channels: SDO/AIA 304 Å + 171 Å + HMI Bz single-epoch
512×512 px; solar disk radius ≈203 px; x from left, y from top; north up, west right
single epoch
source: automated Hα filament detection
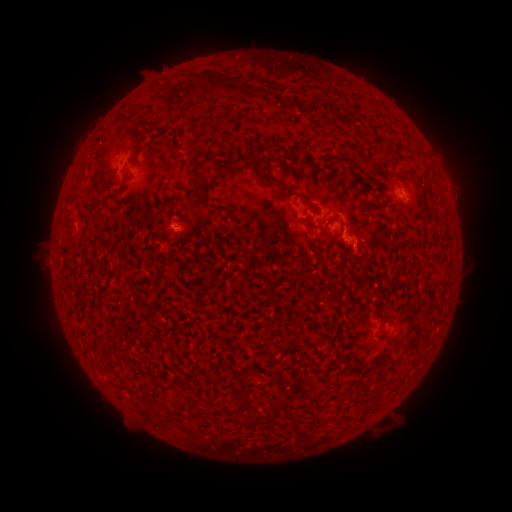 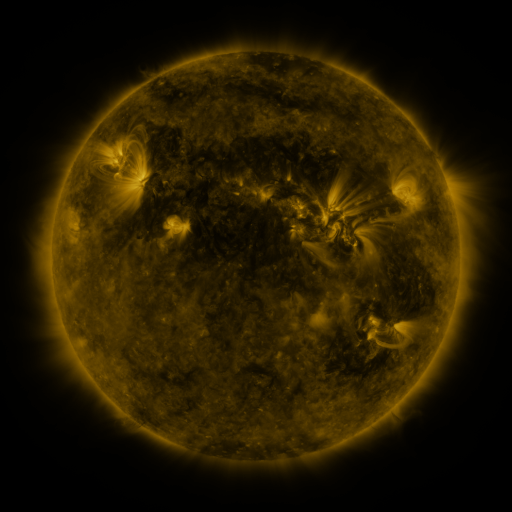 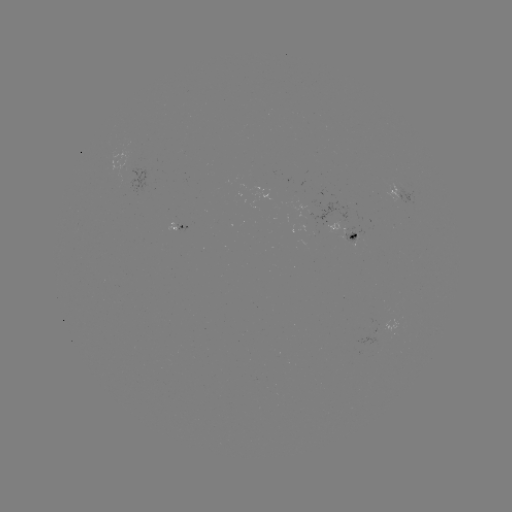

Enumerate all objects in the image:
filament: <bbox>206, 71, 229, 95</bbox>
filament: <bbox>173, 82, 203, 95</bbox>
filament: <bbox>192, 142, 204, 154</bbox>
filament: <bbox>246, 143, 260, 170</bbox>
filament: <bbox>193, 152, 209, 182</bbox>
filament: <bbox>264, 175, 284, 187</bbox>
filament: <bbox>295, 193, 311, 205</bbox>
filament: <bbox>190, 198, 203, 221</bbox>
filament: <bbox>328, 217, 347, 230</bbox>
